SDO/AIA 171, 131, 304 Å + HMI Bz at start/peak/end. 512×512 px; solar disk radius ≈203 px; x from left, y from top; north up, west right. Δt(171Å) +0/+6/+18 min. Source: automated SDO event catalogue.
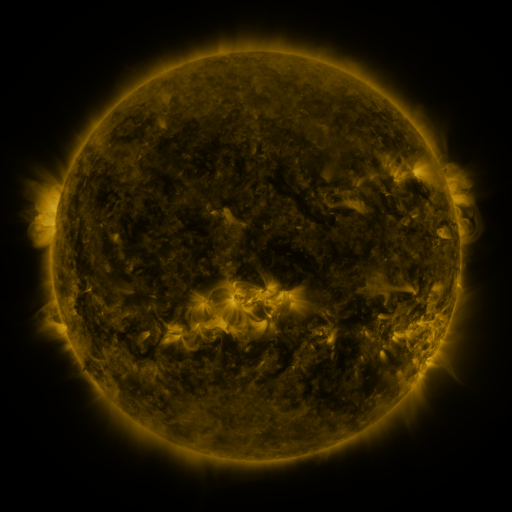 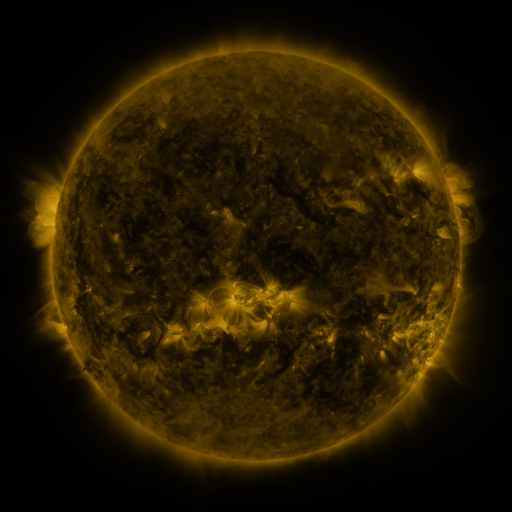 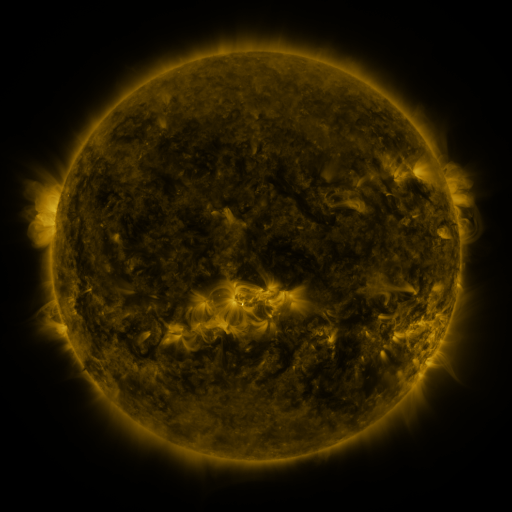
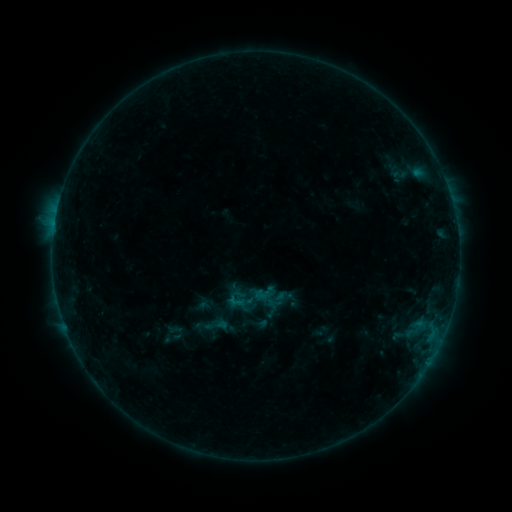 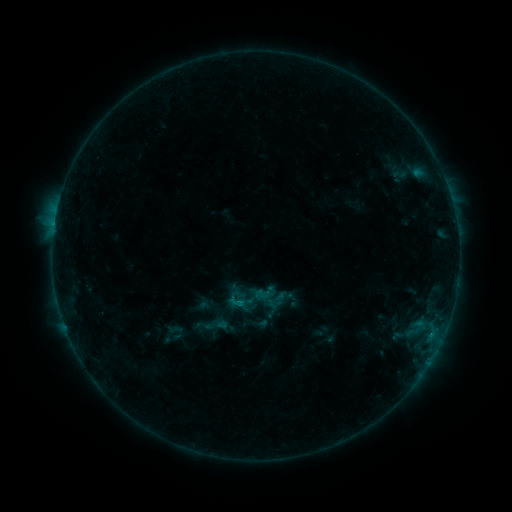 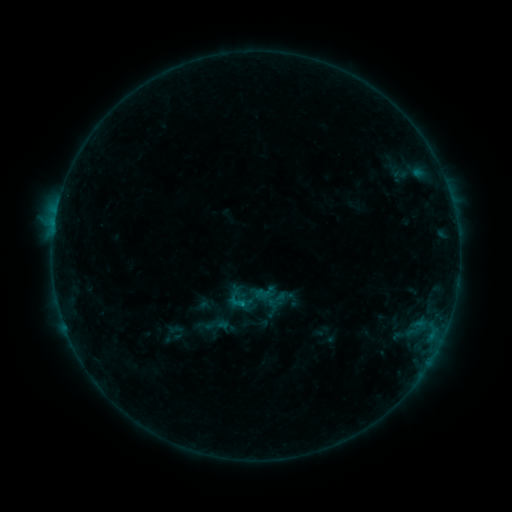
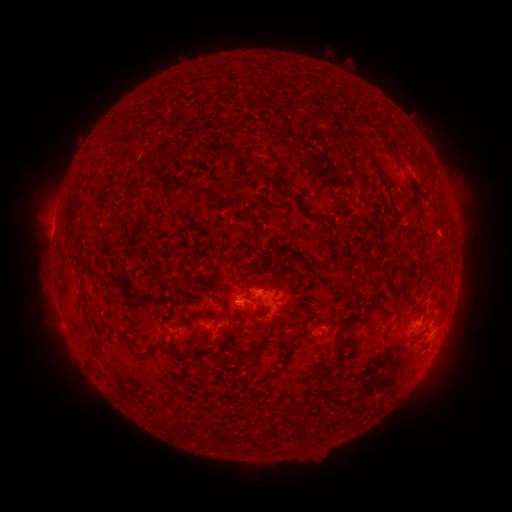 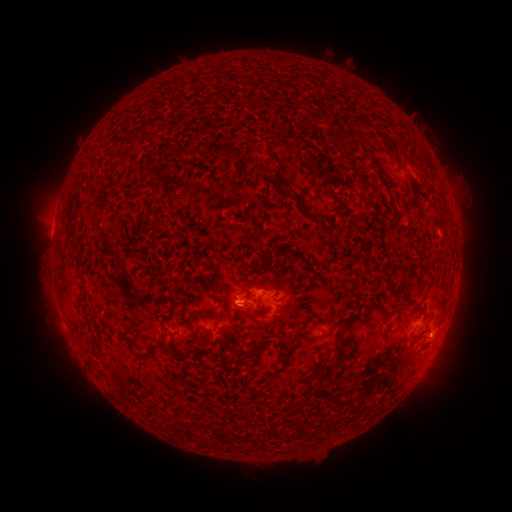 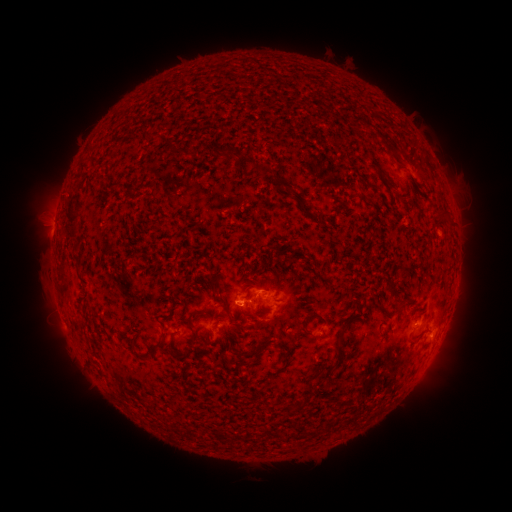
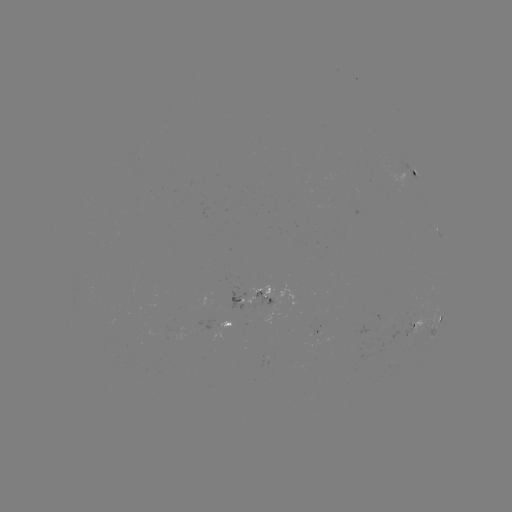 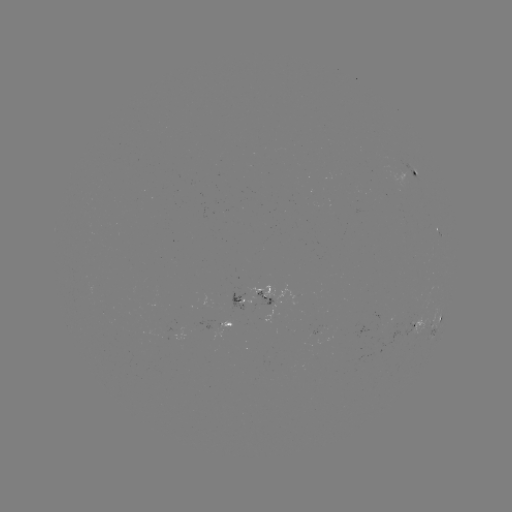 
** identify B5.1 flare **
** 242,301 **